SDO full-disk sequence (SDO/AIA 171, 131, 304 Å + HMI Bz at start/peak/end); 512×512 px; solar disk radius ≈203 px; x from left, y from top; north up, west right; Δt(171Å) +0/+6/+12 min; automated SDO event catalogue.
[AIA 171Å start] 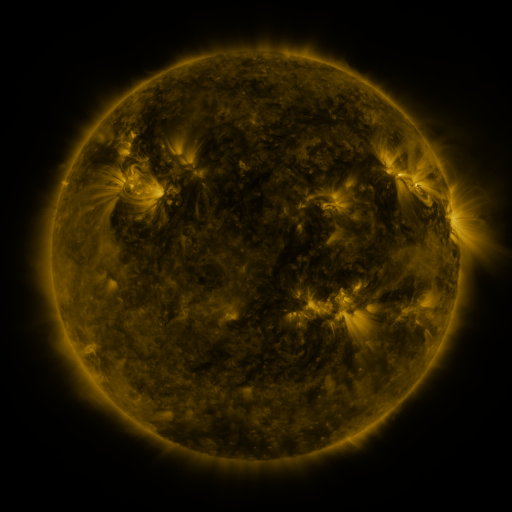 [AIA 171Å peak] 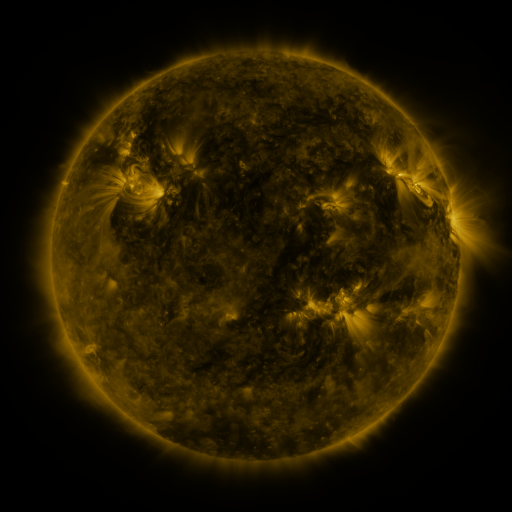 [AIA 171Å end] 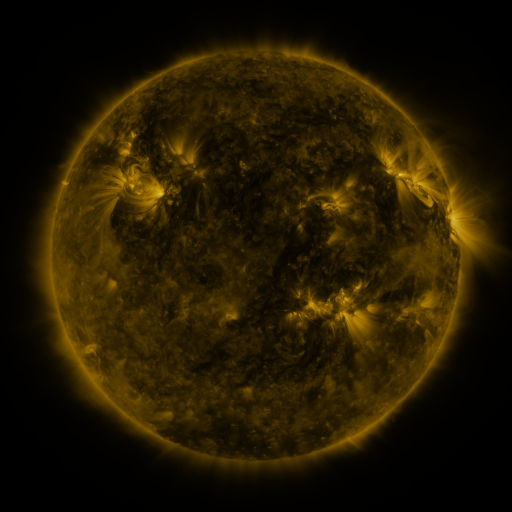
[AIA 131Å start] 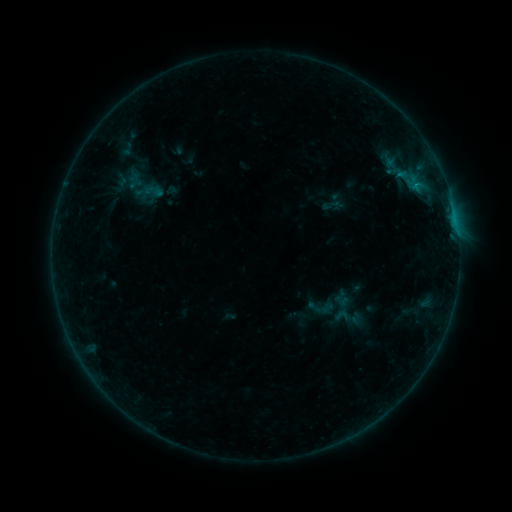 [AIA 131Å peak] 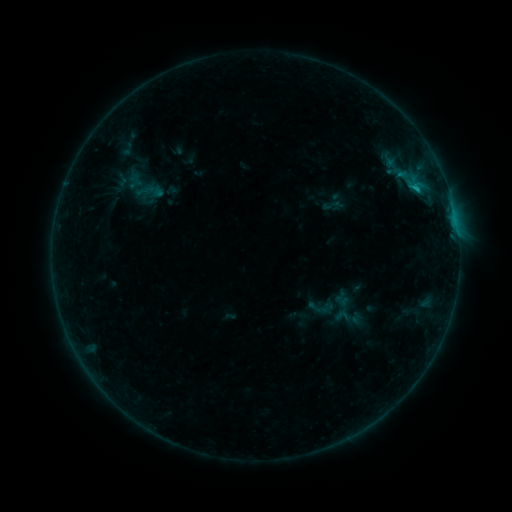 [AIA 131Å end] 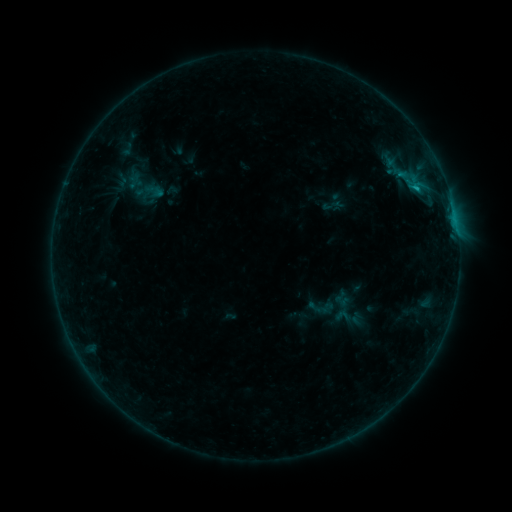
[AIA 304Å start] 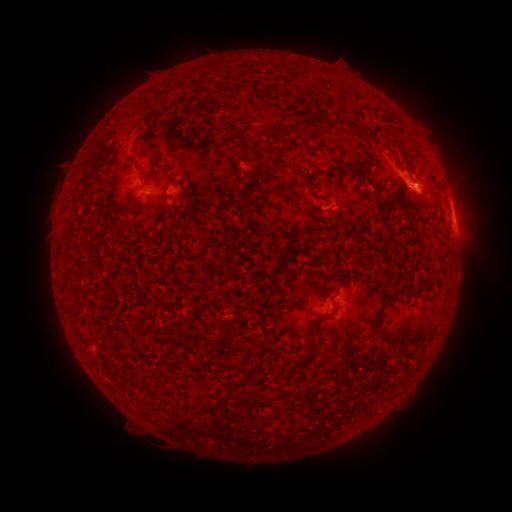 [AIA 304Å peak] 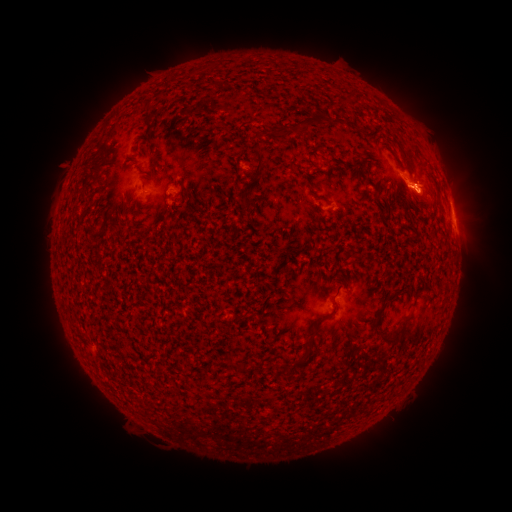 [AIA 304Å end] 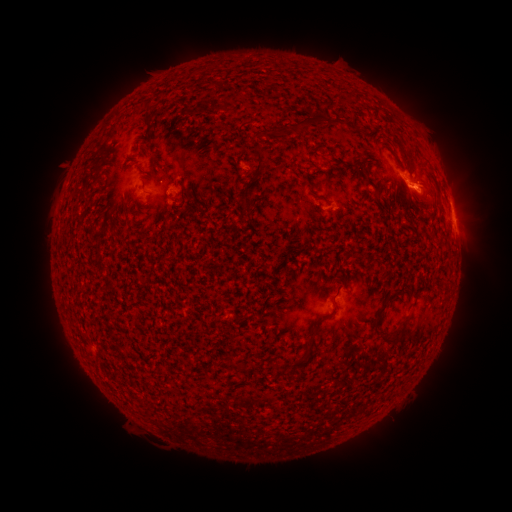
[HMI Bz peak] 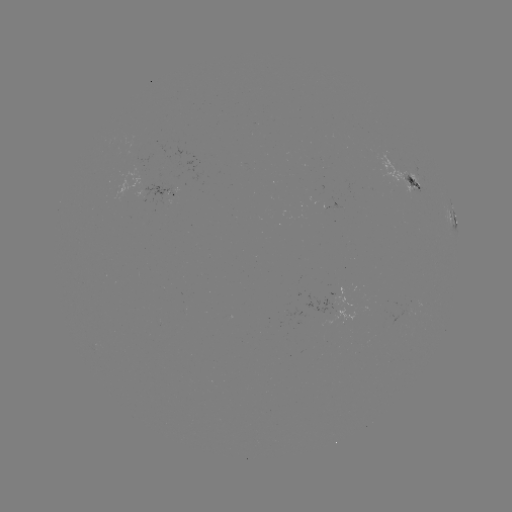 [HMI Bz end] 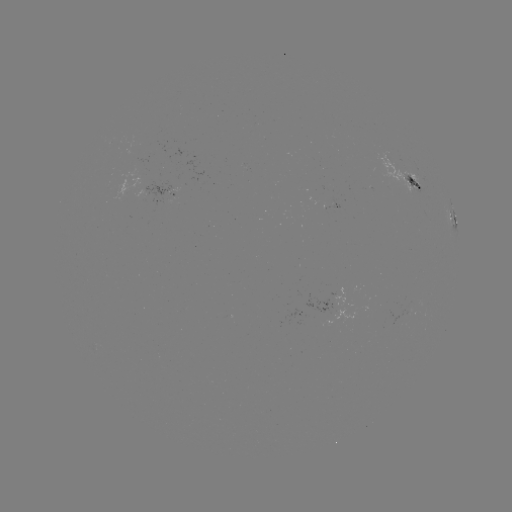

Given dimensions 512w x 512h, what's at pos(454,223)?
B7.5 flare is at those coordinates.